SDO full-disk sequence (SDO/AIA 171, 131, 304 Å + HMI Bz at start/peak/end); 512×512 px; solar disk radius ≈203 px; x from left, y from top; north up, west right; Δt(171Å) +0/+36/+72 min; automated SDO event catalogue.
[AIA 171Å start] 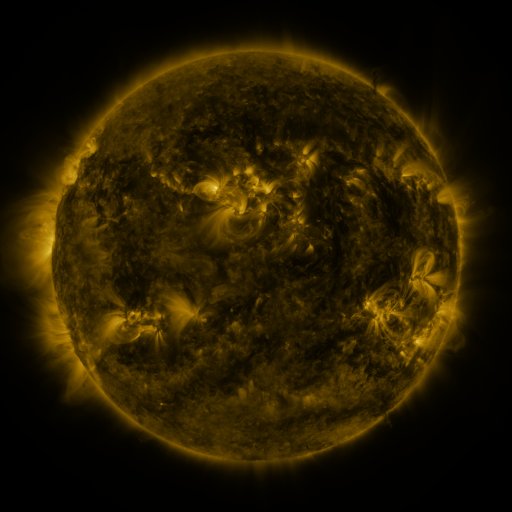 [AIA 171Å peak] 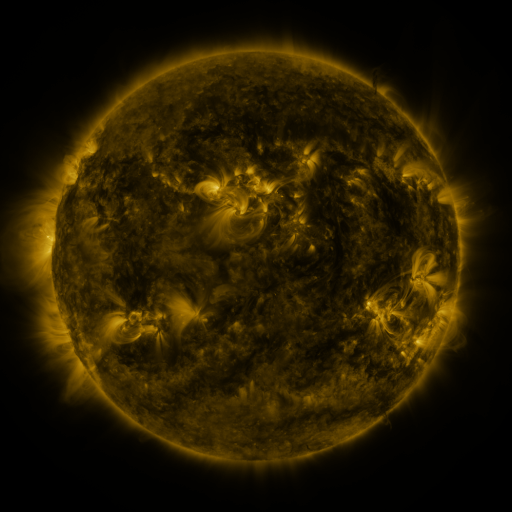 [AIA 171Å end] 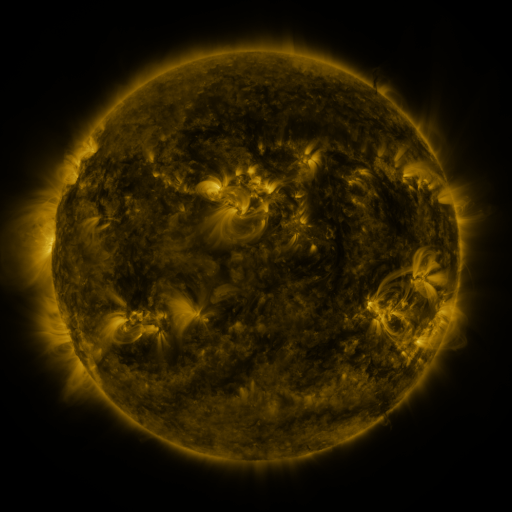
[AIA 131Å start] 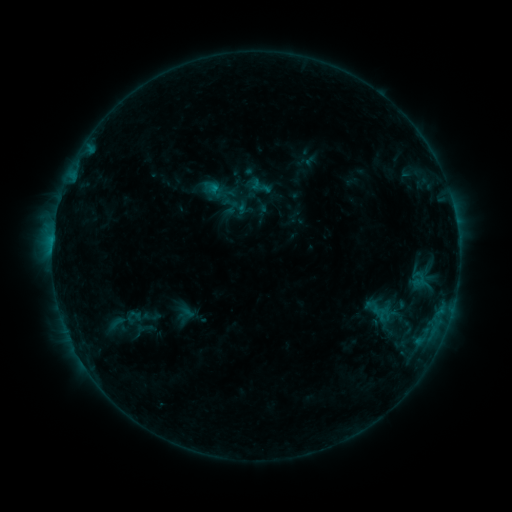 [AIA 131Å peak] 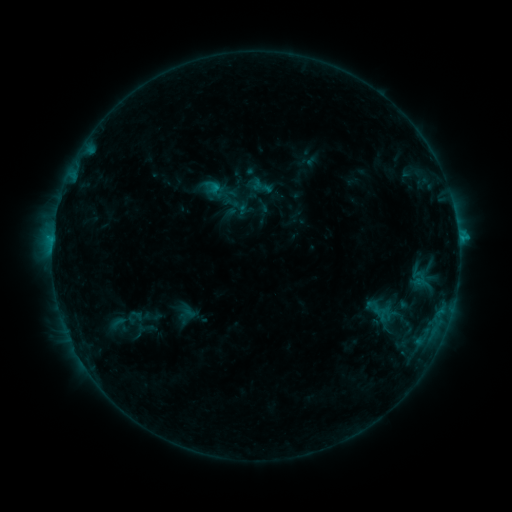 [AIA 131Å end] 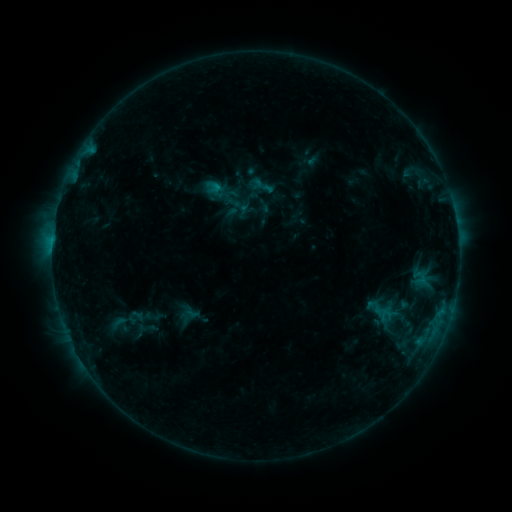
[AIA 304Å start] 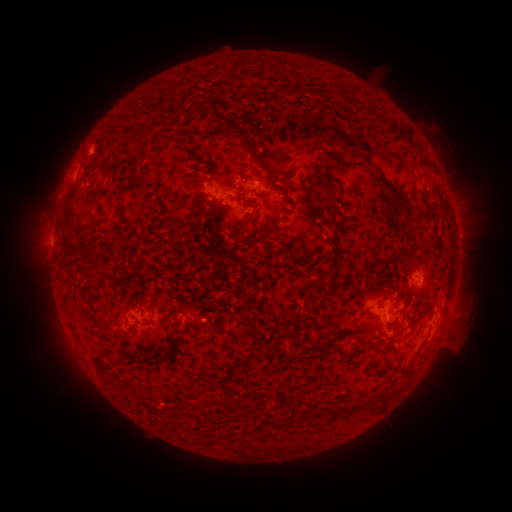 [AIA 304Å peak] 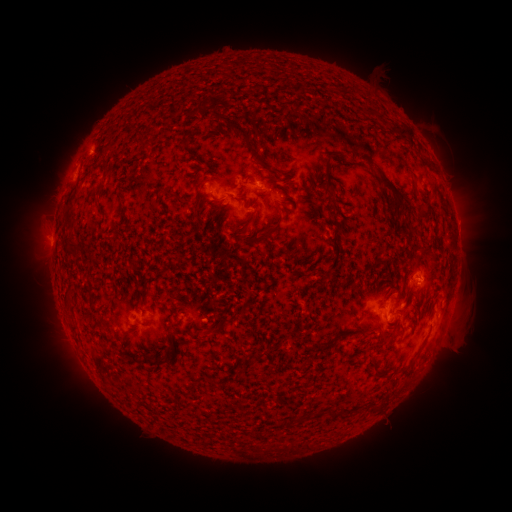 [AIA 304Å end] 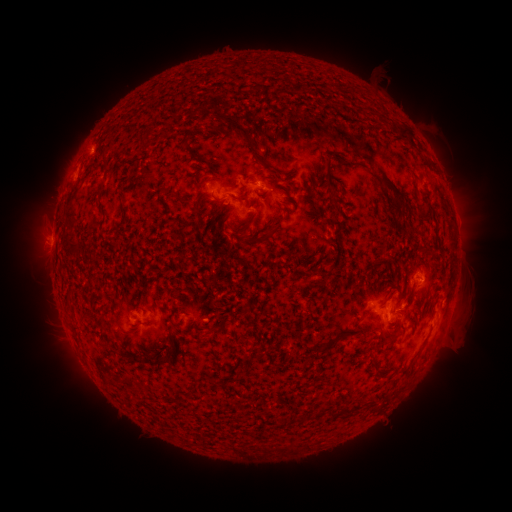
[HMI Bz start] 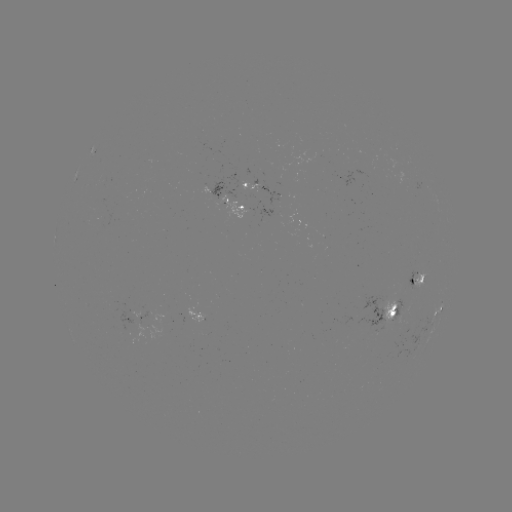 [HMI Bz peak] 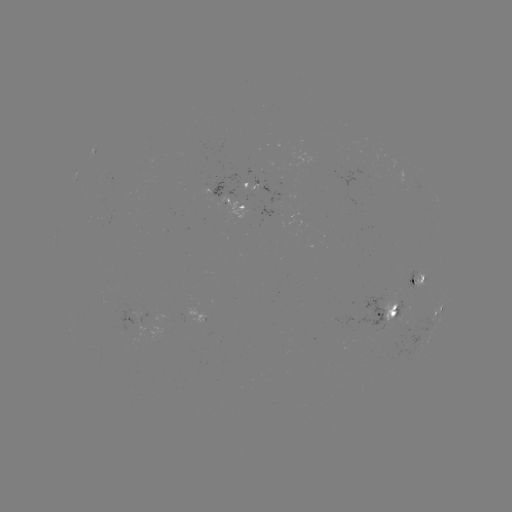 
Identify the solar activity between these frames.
C1.0 flare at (458, 241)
